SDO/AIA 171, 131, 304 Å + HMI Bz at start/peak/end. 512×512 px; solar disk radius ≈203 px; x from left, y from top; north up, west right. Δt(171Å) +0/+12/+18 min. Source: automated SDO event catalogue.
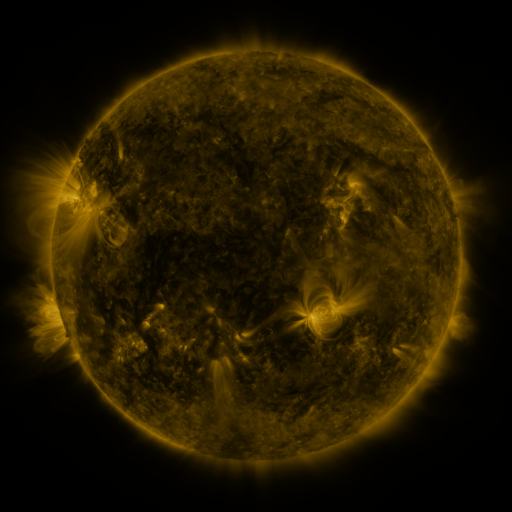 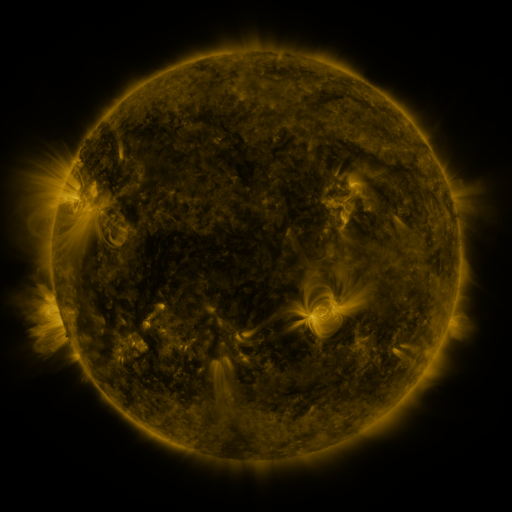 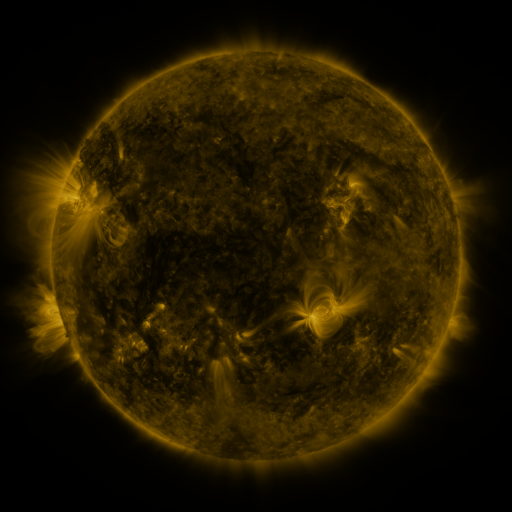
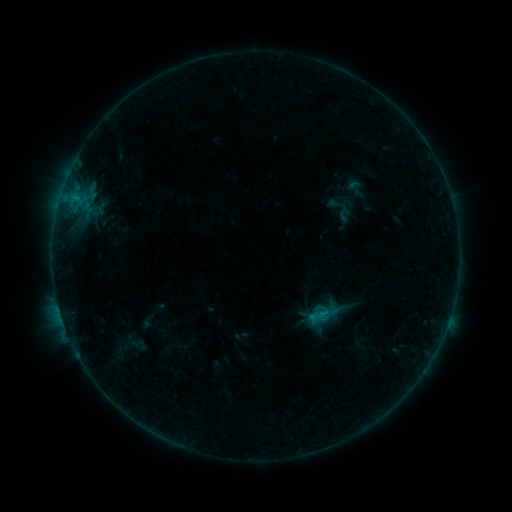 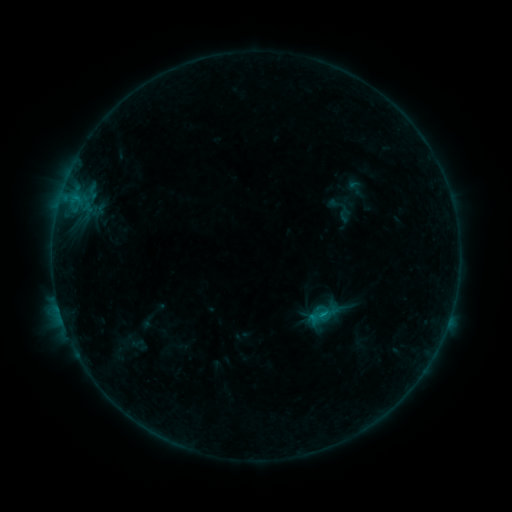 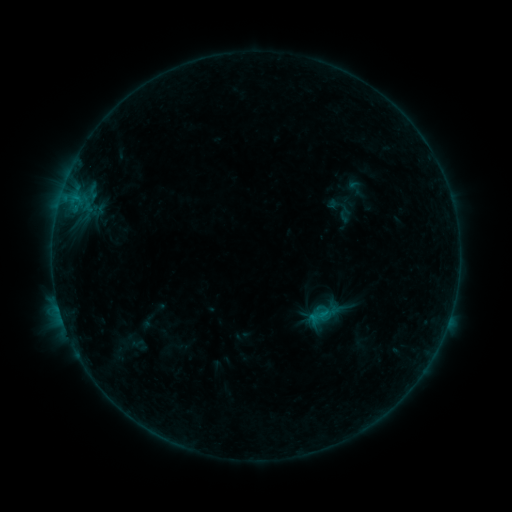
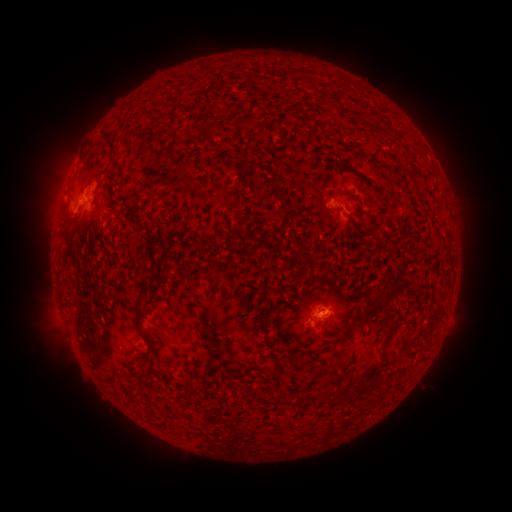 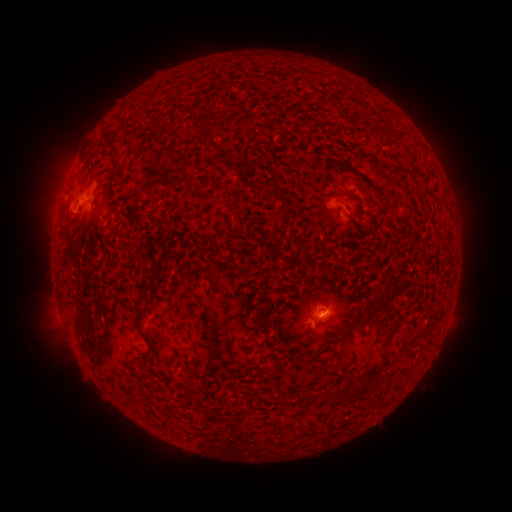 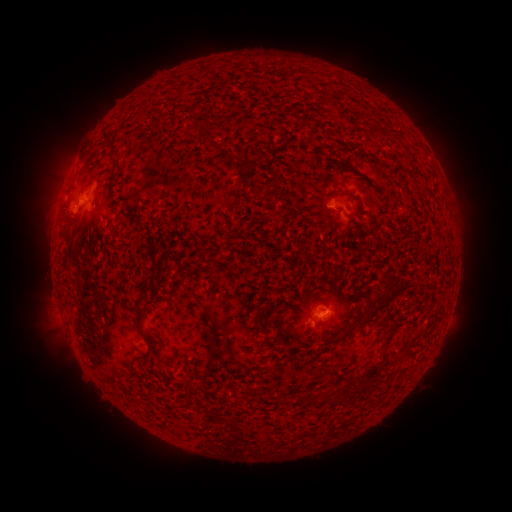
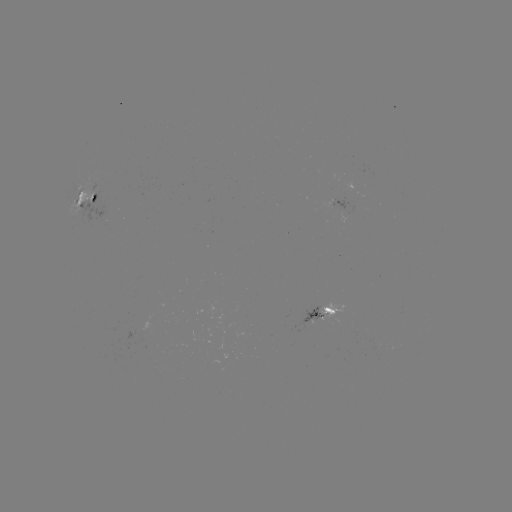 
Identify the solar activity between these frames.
B7.5 flare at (319, 315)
